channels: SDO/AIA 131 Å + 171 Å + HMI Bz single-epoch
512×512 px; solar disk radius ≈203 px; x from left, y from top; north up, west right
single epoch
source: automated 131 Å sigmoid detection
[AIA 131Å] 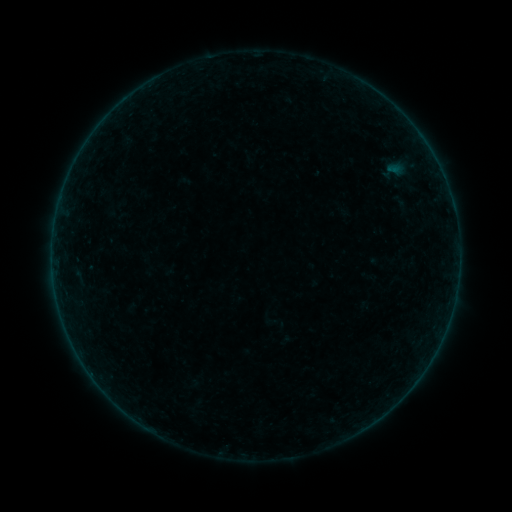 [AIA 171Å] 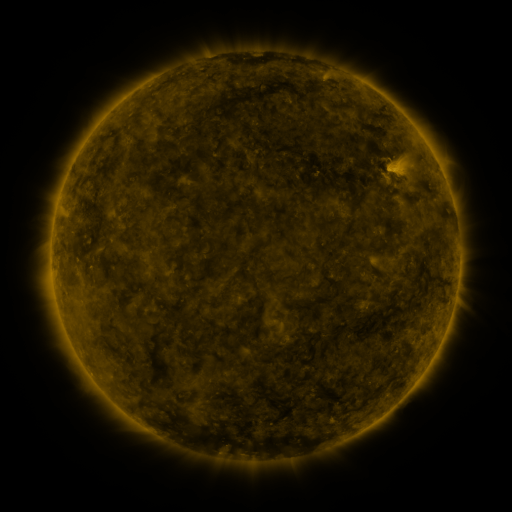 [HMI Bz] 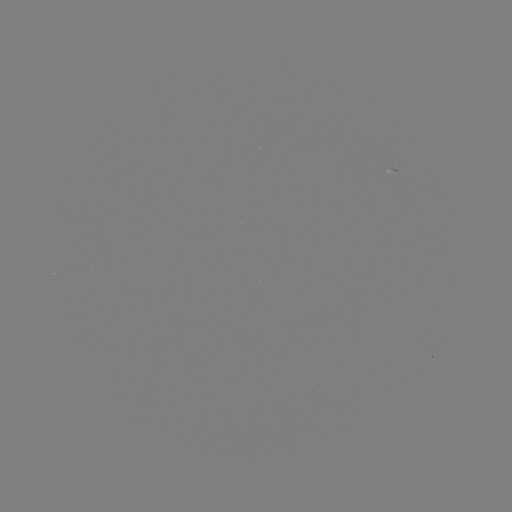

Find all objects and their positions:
sigmoid: (394, 171)
